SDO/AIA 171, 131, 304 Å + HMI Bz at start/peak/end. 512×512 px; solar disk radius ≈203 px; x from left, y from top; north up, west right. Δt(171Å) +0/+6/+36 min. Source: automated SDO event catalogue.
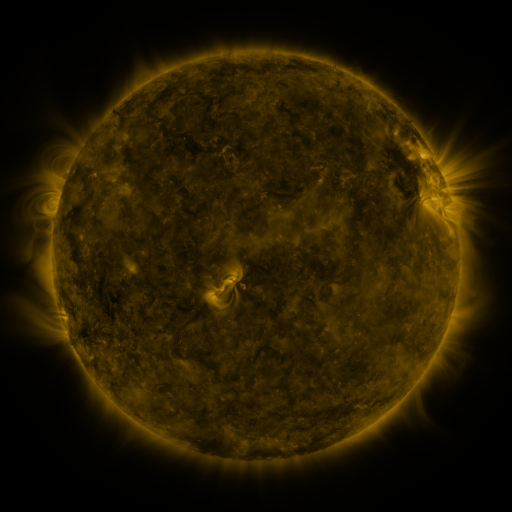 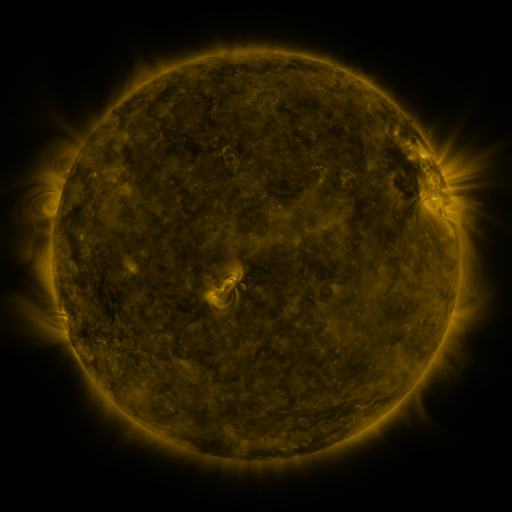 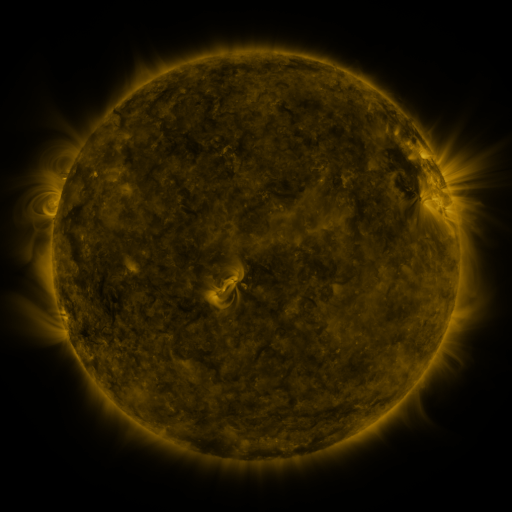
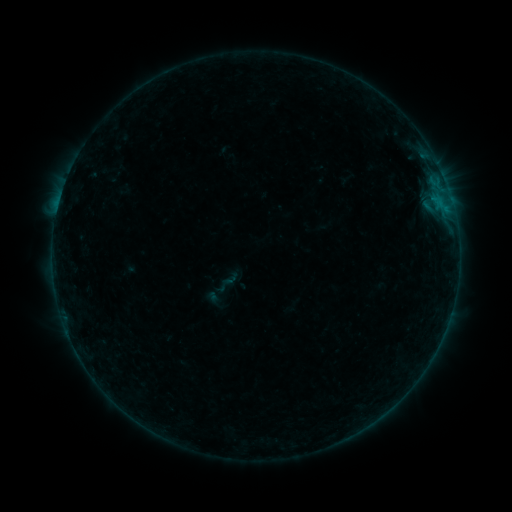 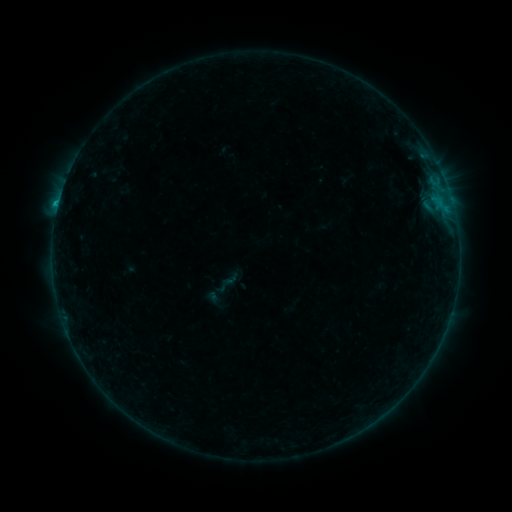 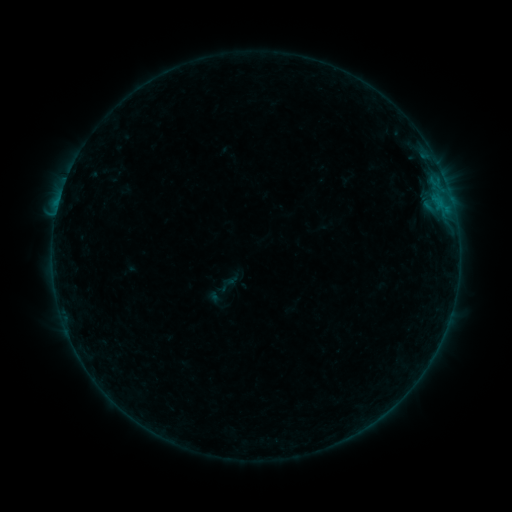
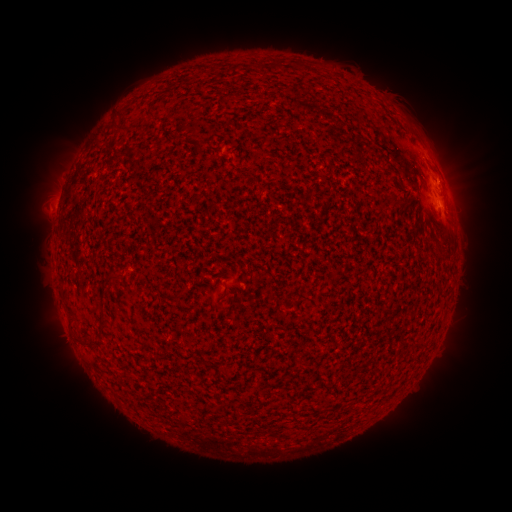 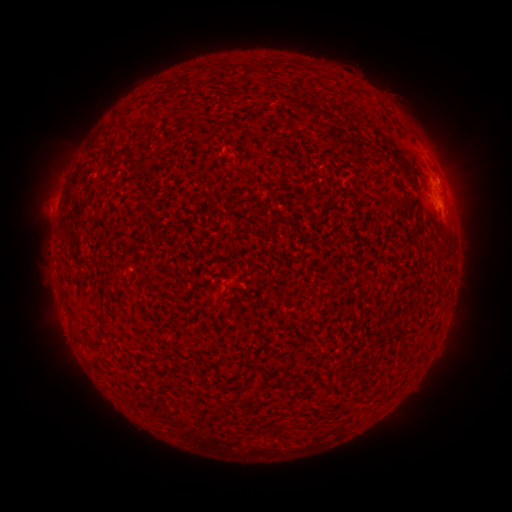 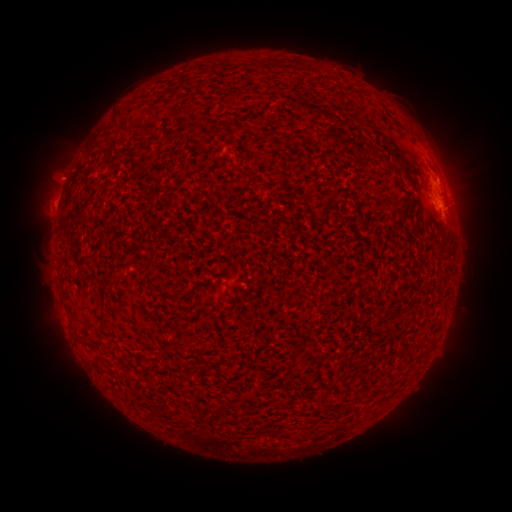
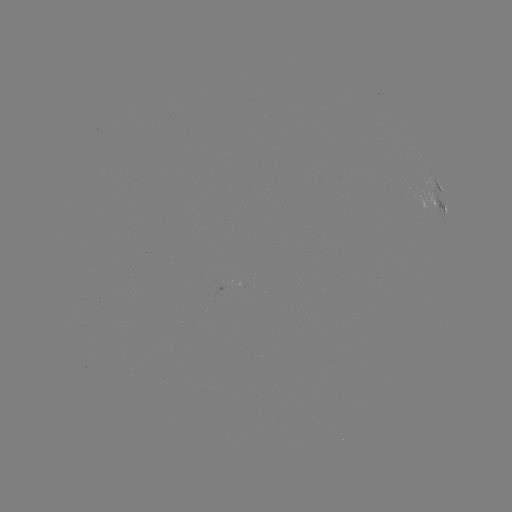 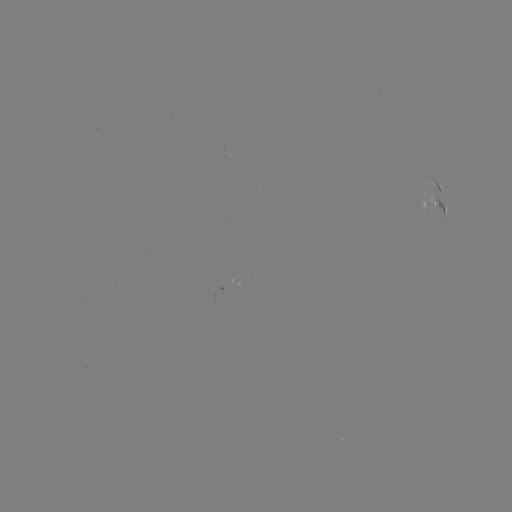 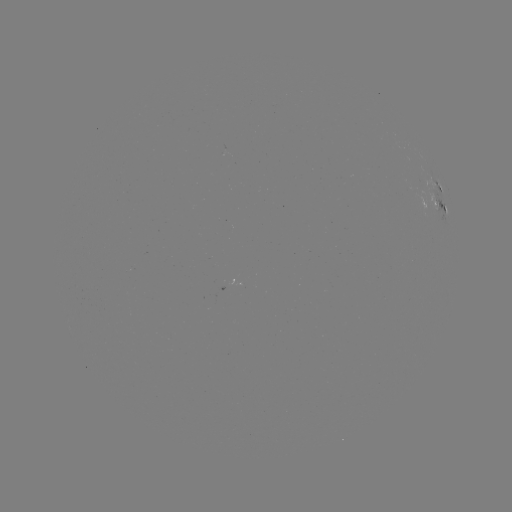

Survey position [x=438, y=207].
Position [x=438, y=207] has B9.9 flare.